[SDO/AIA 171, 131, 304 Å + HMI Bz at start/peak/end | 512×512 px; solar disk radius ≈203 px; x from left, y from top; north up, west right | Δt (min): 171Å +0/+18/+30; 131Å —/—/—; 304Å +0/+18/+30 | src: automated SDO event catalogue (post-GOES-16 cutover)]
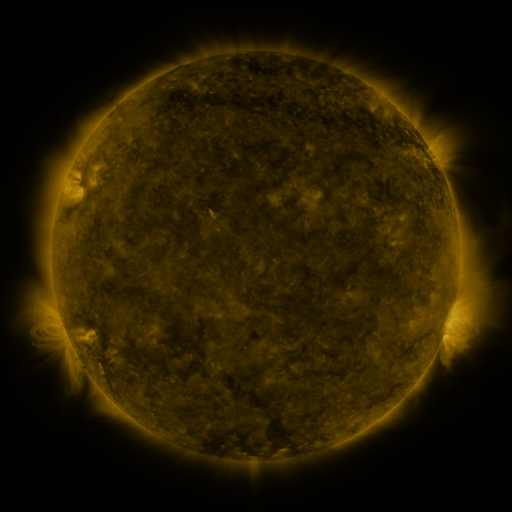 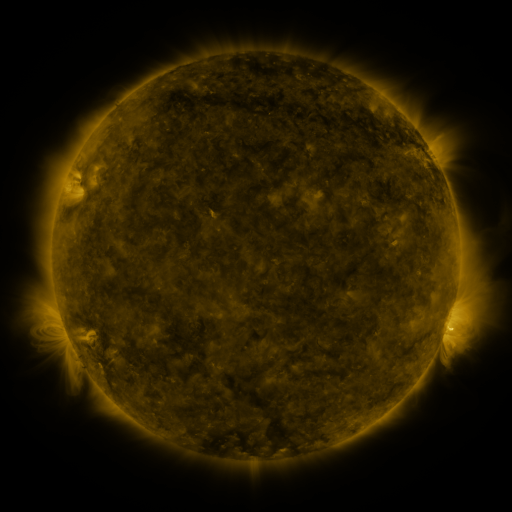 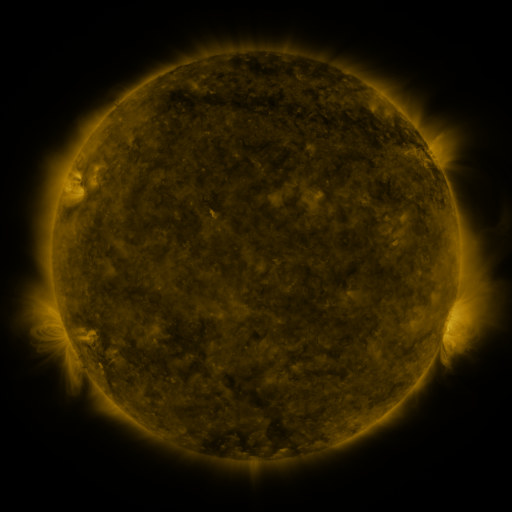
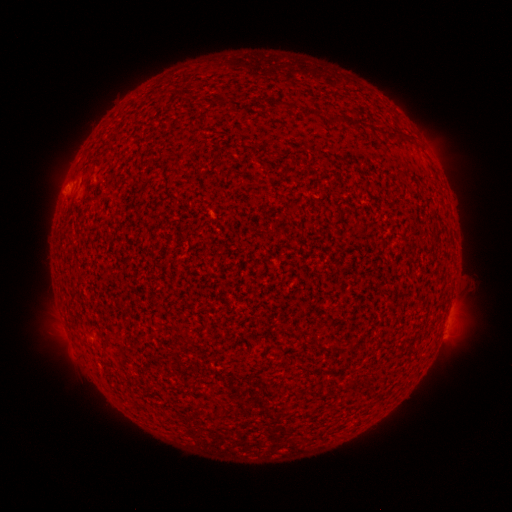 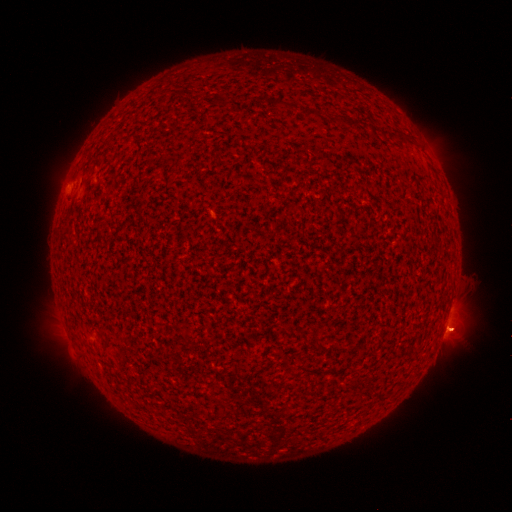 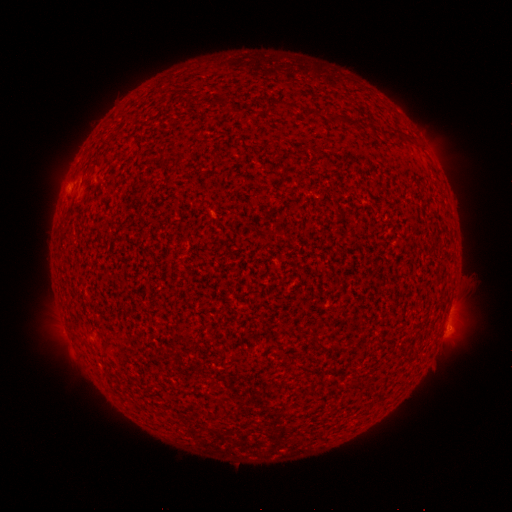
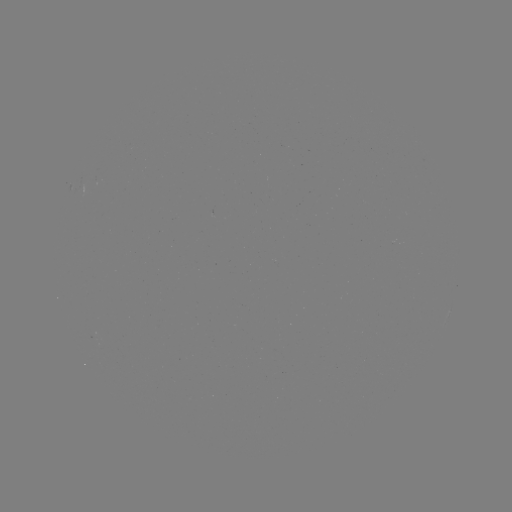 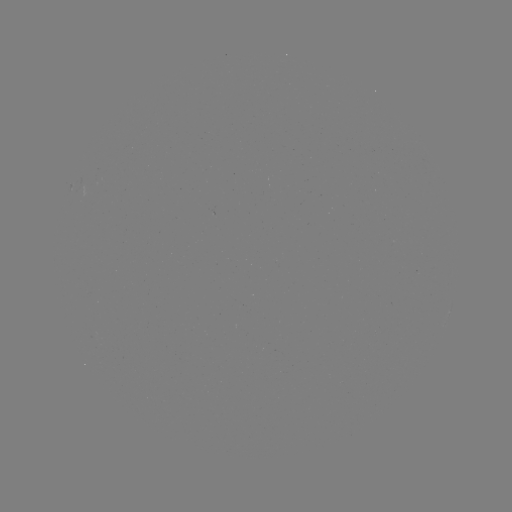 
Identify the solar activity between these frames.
C3.4 flare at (445, 329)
